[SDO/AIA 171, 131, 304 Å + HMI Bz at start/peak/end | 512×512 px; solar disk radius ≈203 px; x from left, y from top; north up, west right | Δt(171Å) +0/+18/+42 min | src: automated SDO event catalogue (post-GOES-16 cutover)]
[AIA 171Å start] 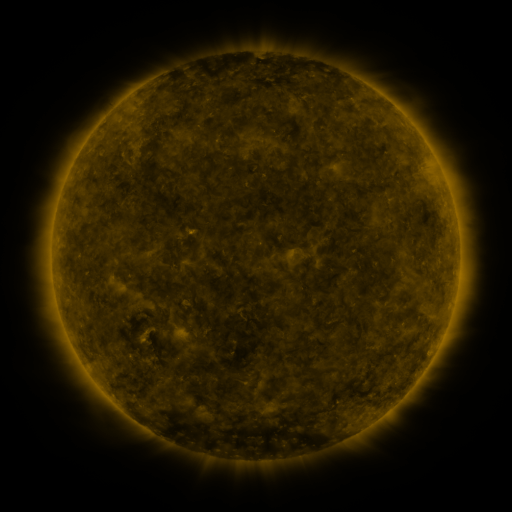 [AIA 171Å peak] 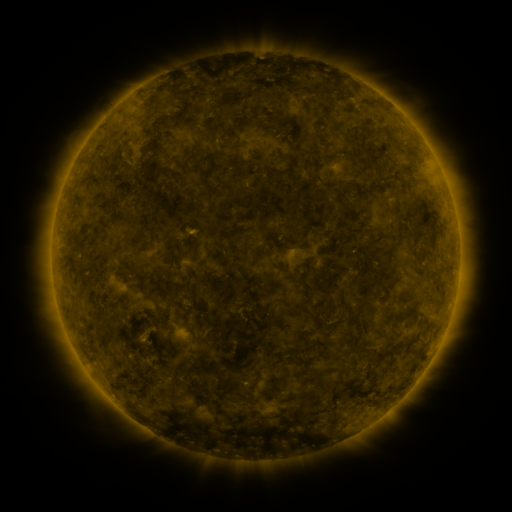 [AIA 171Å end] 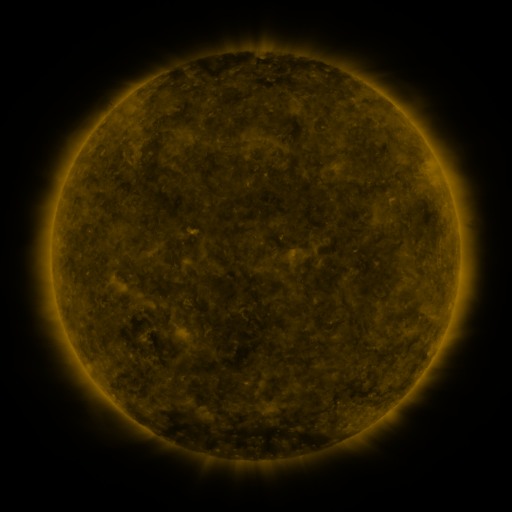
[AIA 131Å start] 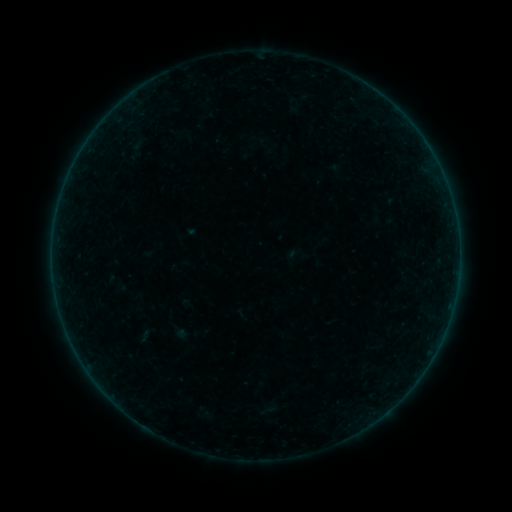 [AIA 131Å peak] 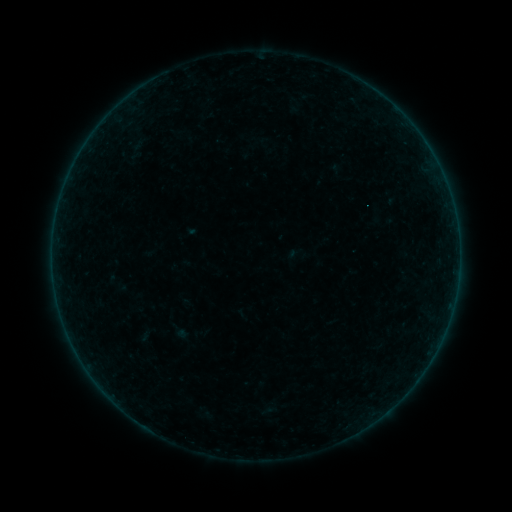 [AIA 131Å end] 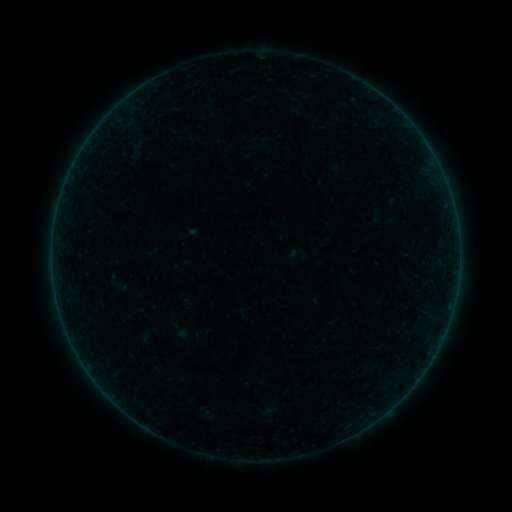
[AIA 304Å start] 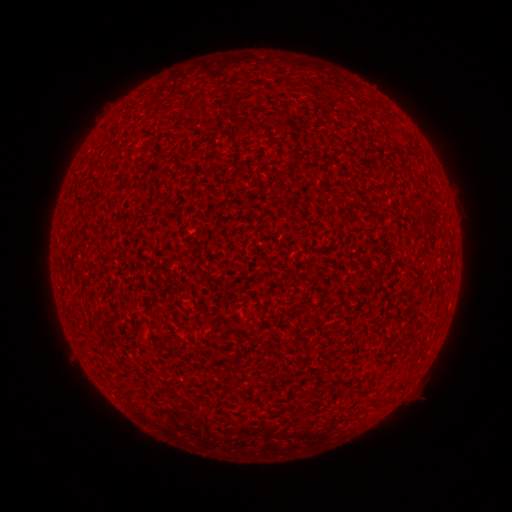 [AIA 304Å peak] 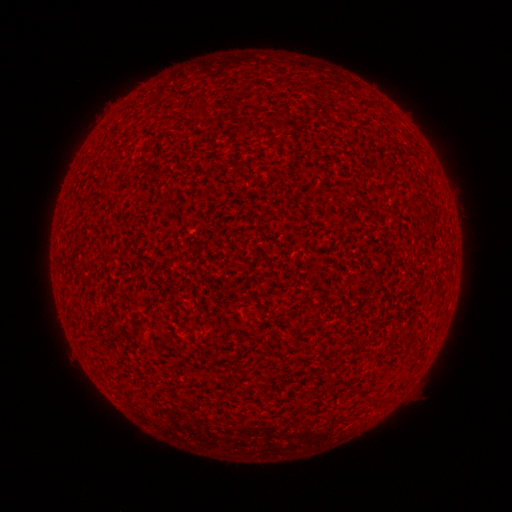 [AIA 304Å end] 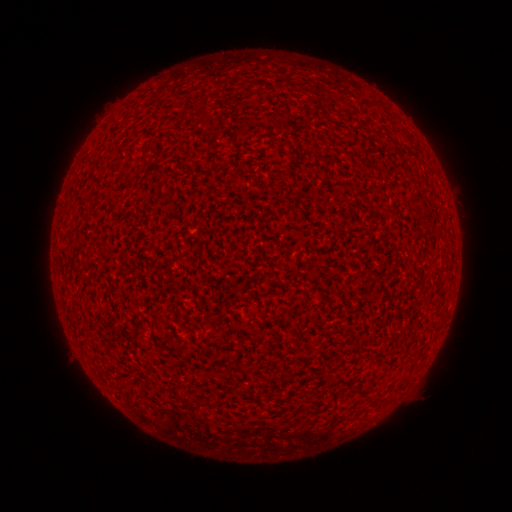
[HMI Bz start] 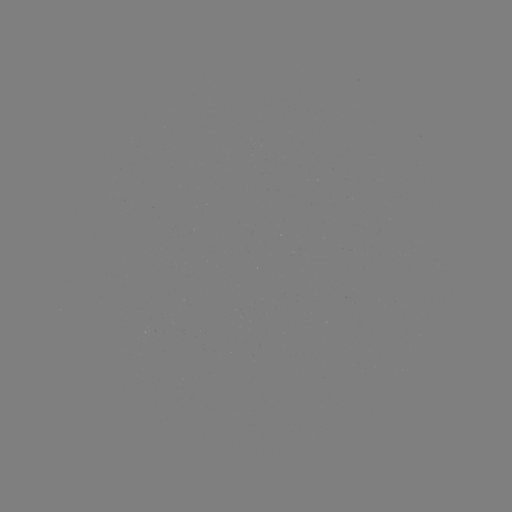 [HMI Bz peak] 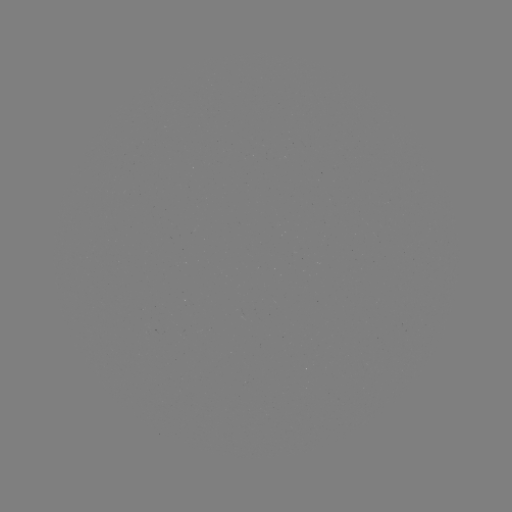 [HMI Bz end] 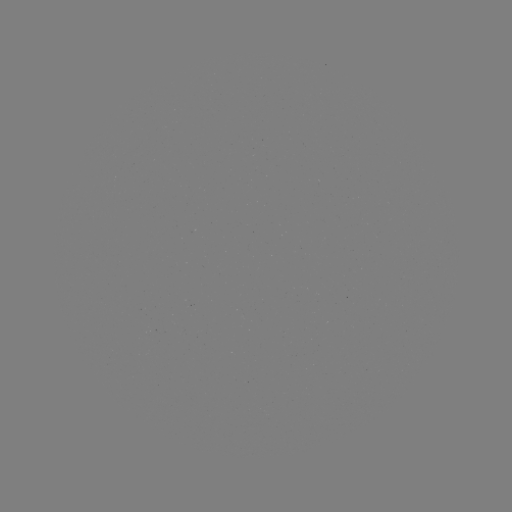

no classed flare was catalogued and no EUV brightening was flagged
